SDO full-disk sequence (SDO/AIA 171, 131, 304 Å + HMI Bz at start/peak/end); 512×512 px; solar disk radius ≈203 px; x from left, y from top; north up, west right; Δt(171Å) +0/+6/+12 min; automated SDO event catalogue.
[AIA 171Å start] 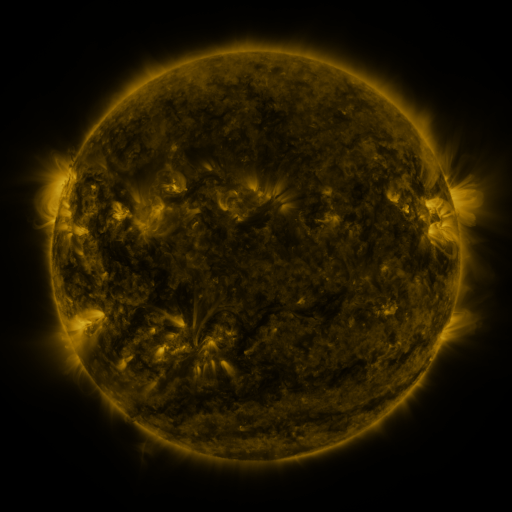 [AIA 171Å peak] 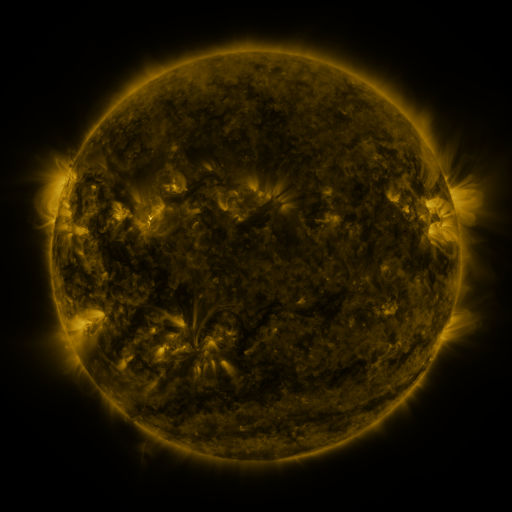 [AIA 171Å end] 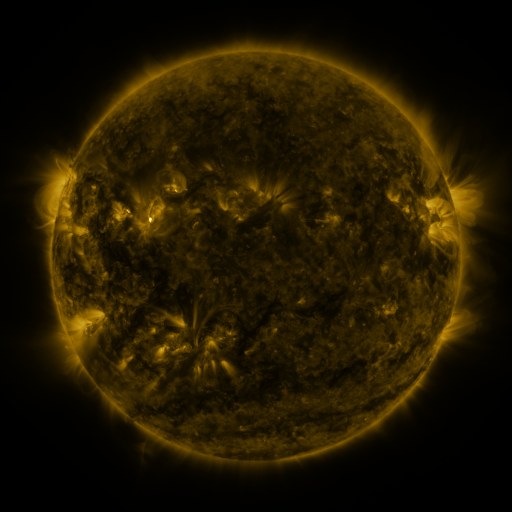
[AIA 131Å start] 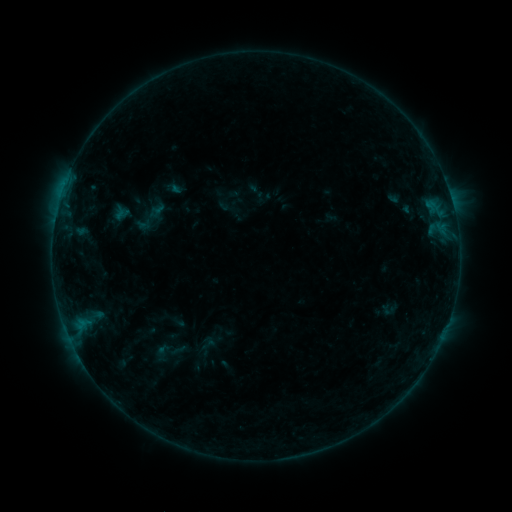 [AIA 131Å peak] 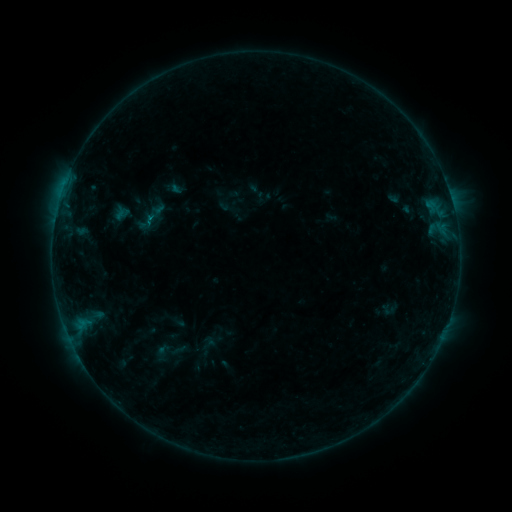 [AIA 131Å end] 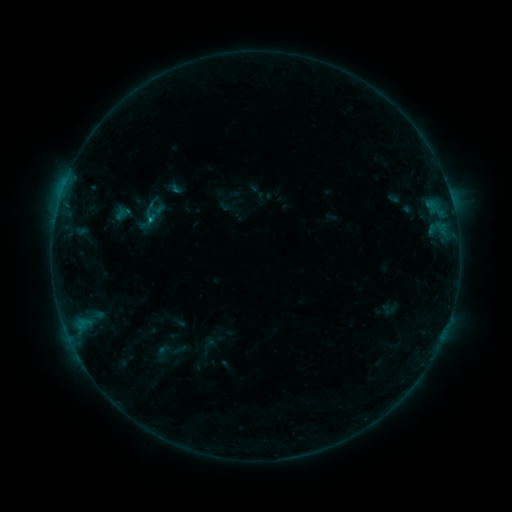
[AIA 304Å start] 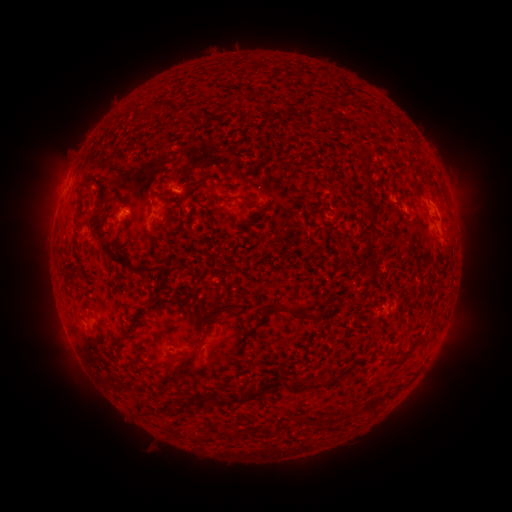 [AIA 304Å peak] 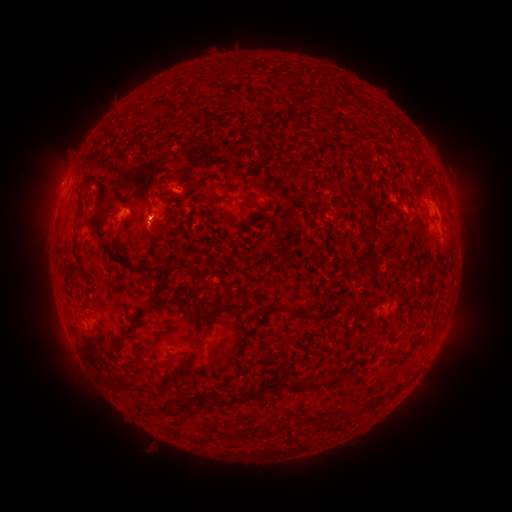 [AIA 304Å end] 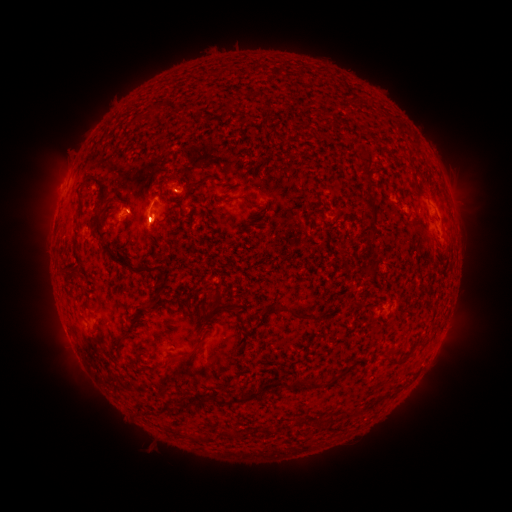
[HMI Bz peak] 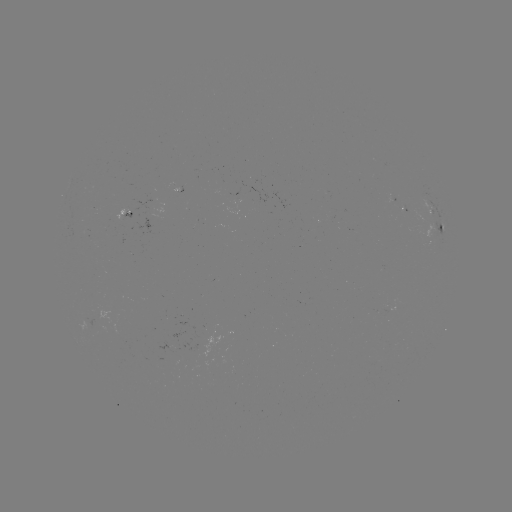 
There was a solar flare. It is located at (152, 220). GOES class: B2.9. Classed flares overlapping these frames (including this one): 2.